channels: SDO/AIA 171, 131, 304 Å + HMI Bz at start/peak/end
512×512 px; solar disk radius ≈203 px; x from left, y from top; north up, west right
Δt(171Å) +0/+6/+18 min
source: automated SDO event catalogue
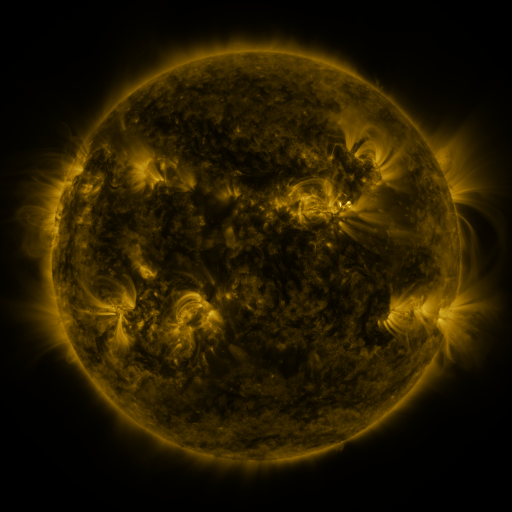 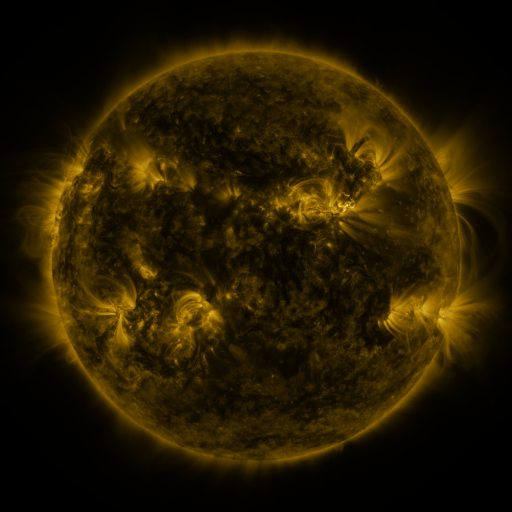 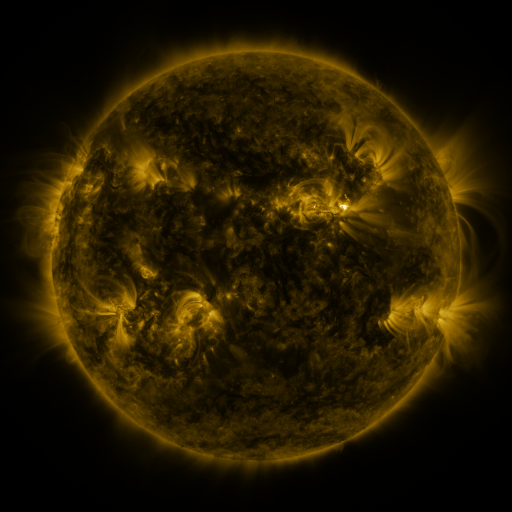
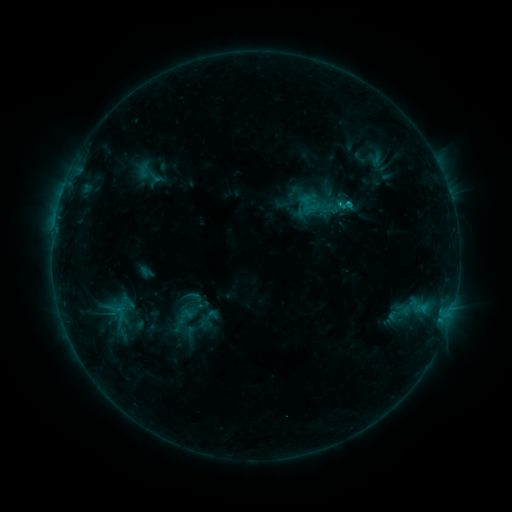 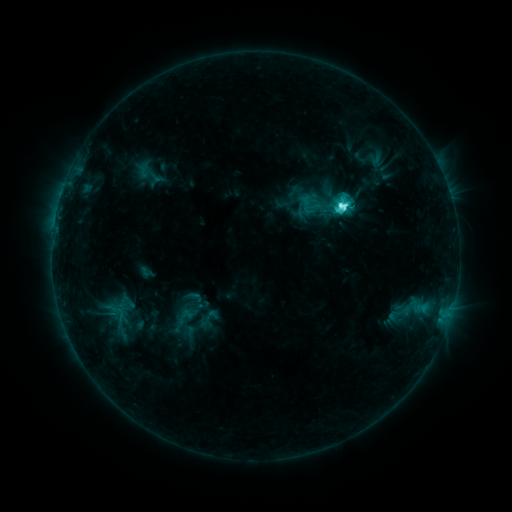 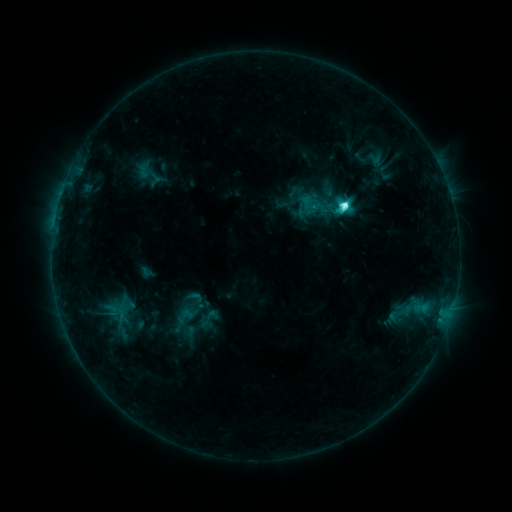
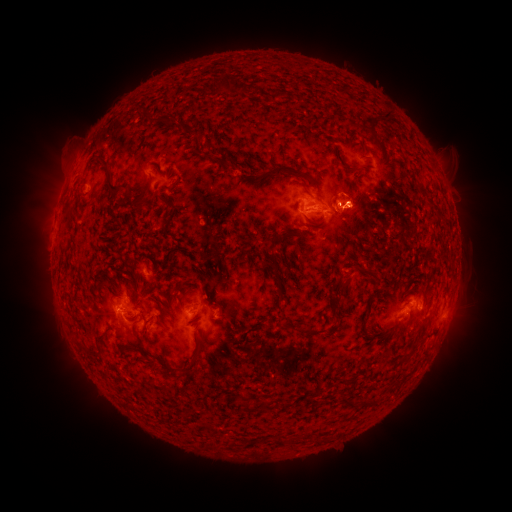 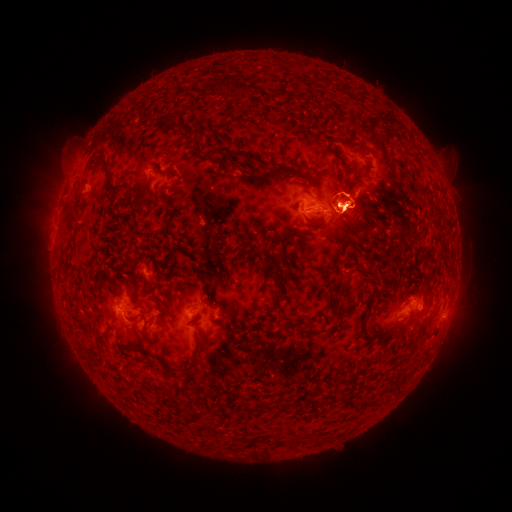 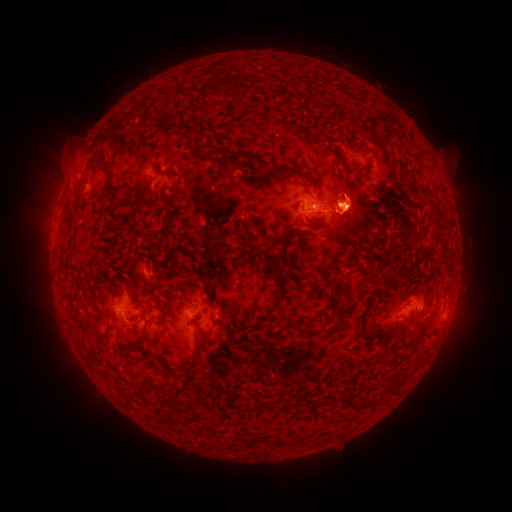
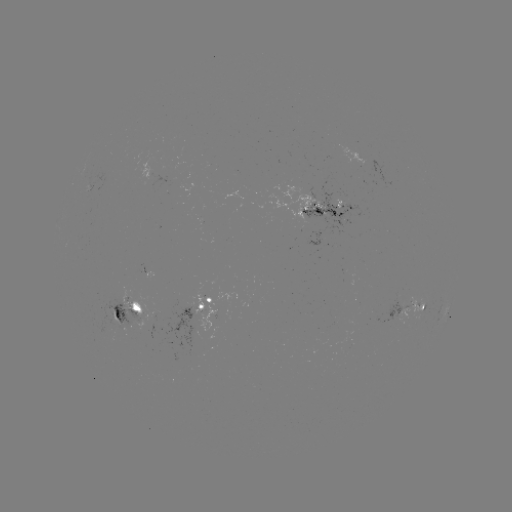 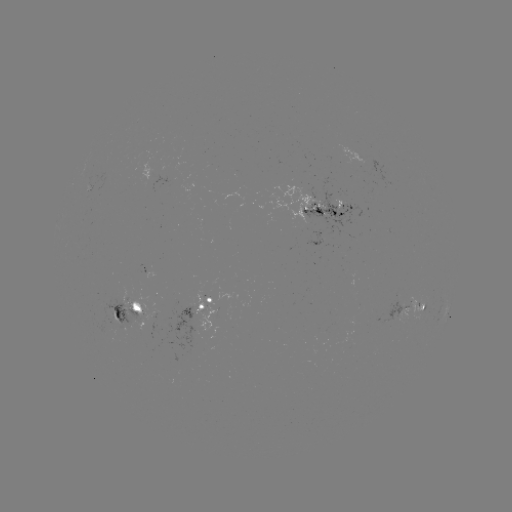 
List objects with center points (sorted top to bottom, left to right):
eruption: (55, 192)
